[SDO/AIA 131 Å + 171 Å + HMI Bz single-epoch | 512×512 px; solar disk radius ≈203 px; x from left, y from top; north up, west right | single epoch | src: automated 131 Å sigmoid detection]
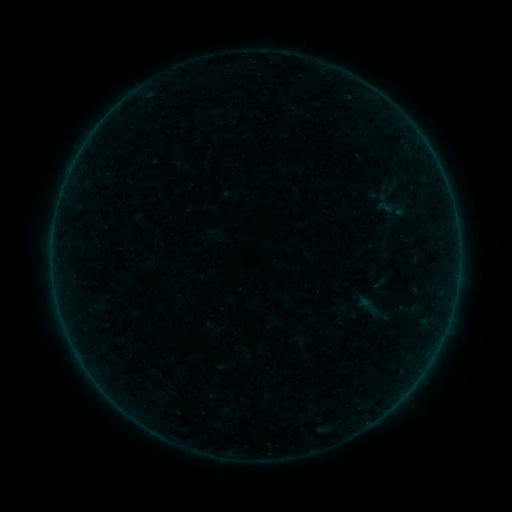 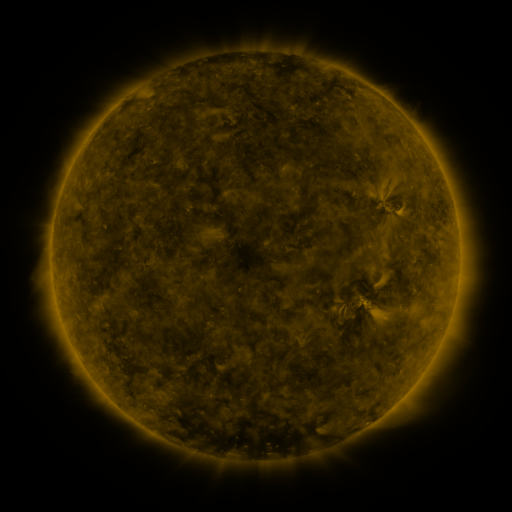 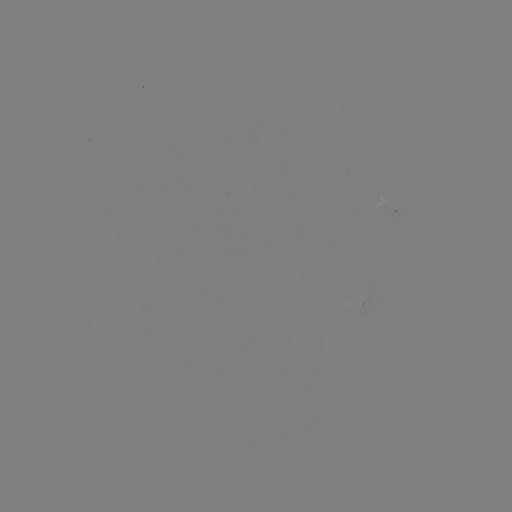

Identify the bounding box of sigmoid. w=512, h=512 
[380, 193, 407, 221].